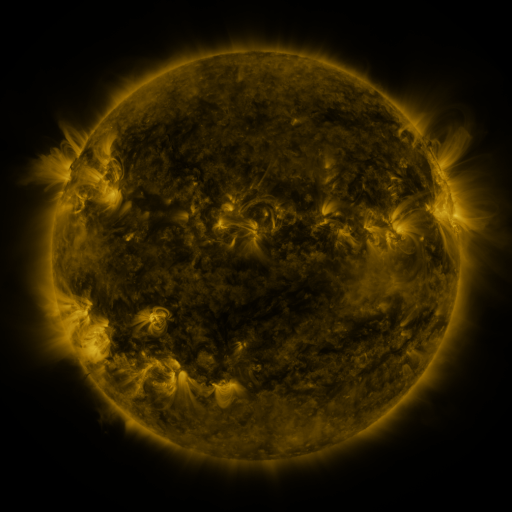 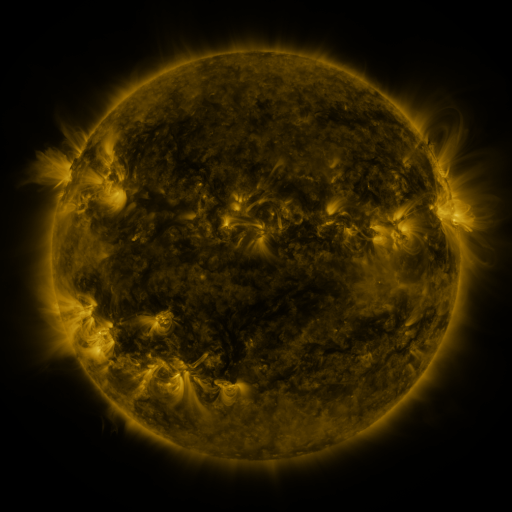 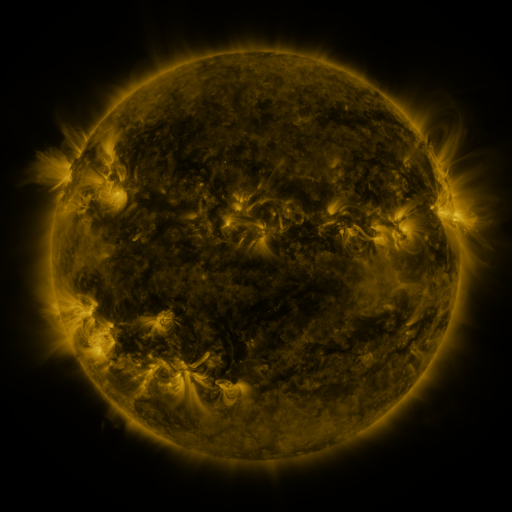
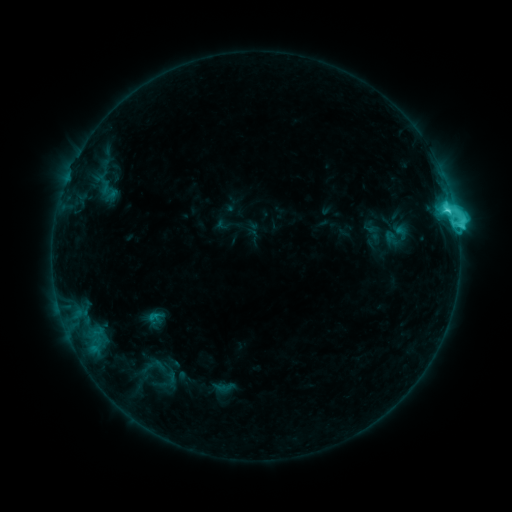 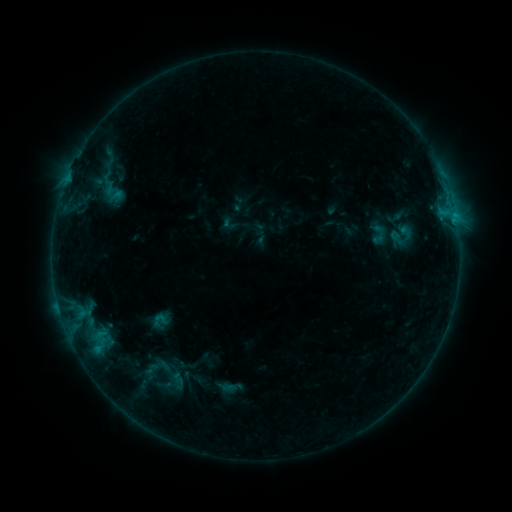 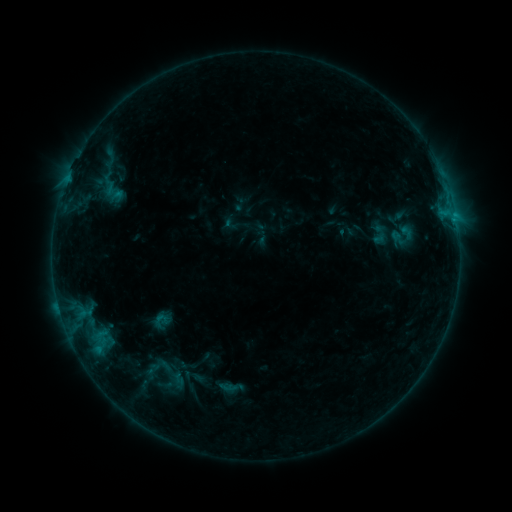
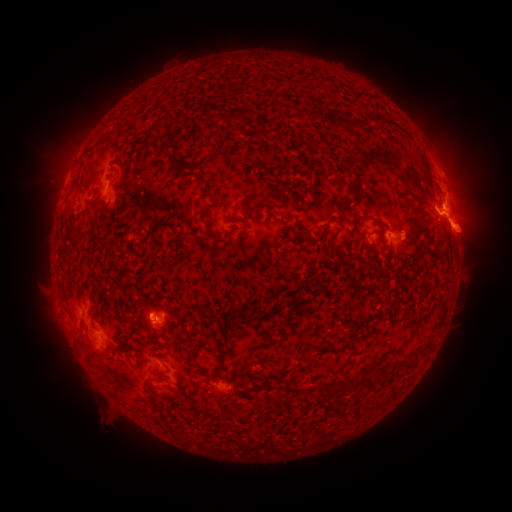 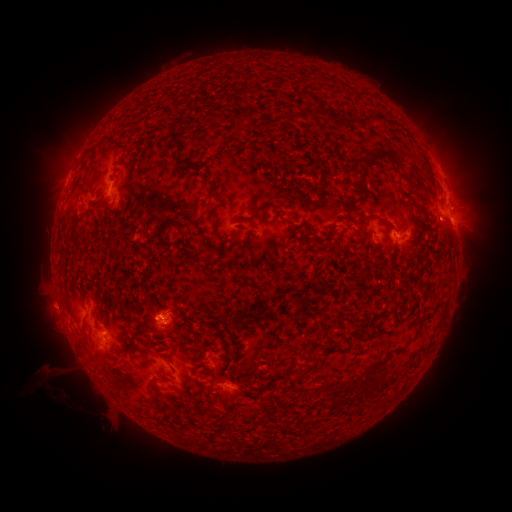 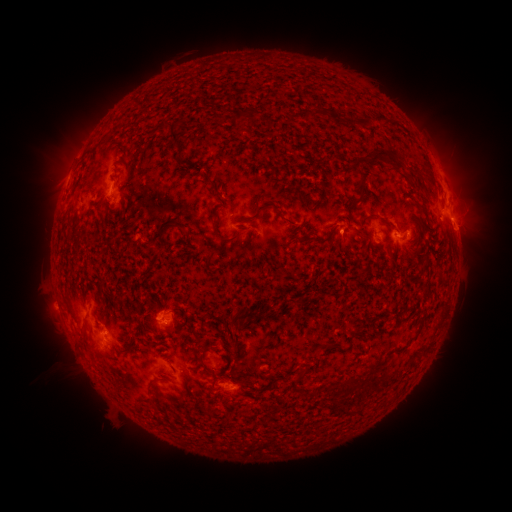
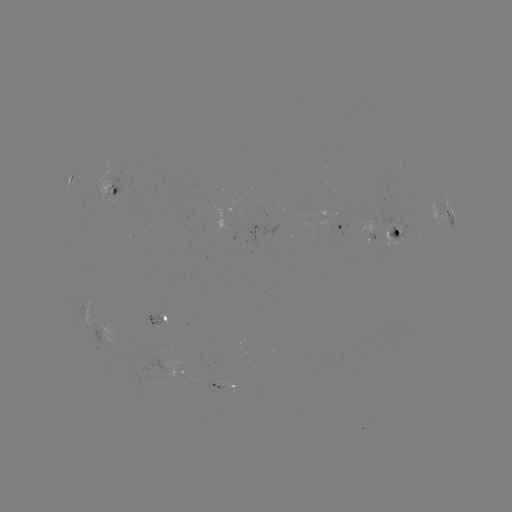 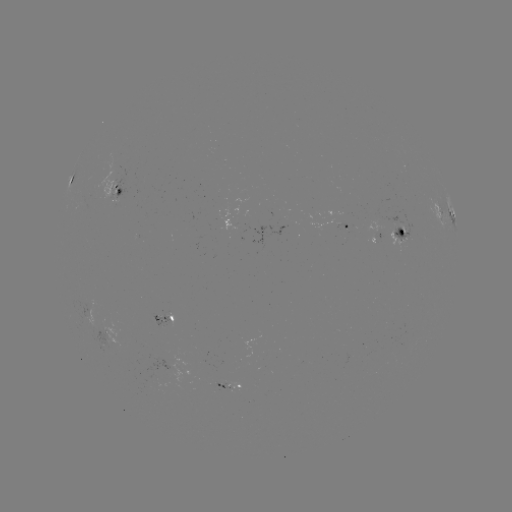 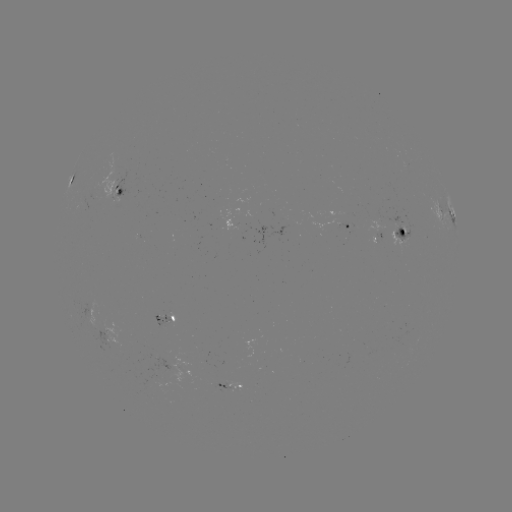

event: emerging-flux region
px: (310, 179)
